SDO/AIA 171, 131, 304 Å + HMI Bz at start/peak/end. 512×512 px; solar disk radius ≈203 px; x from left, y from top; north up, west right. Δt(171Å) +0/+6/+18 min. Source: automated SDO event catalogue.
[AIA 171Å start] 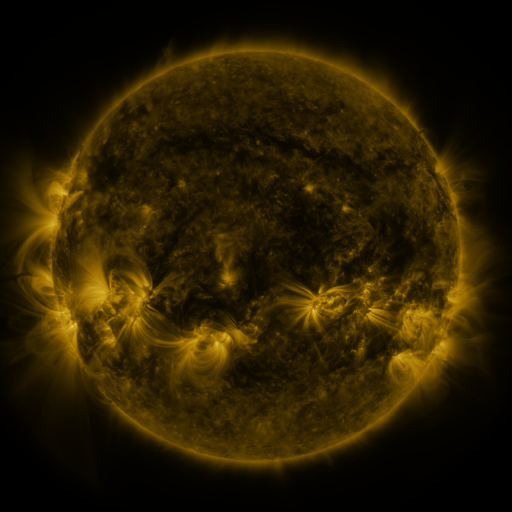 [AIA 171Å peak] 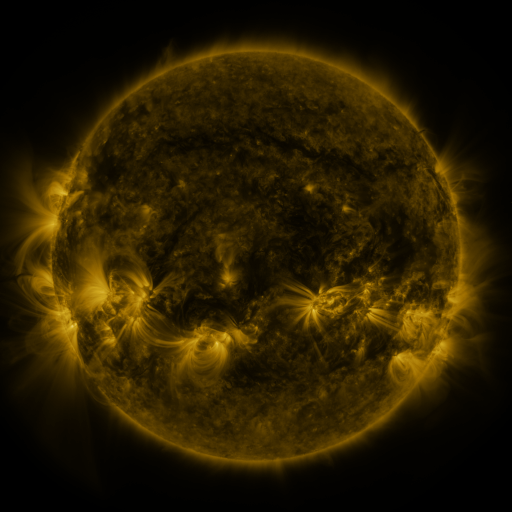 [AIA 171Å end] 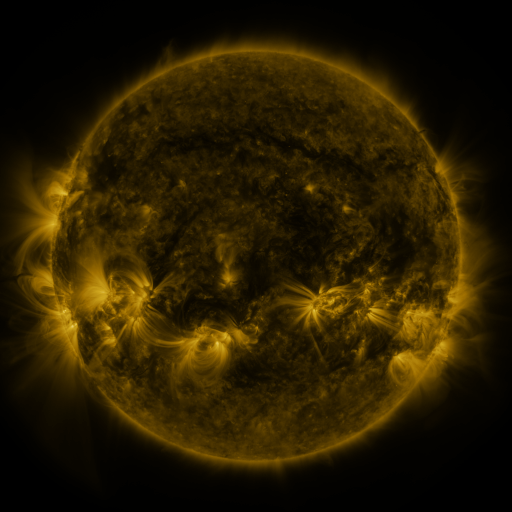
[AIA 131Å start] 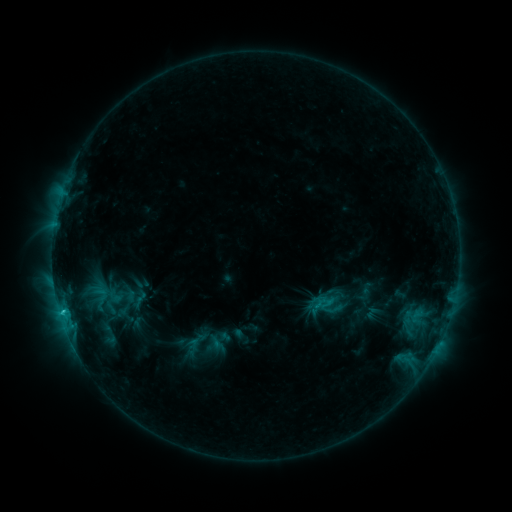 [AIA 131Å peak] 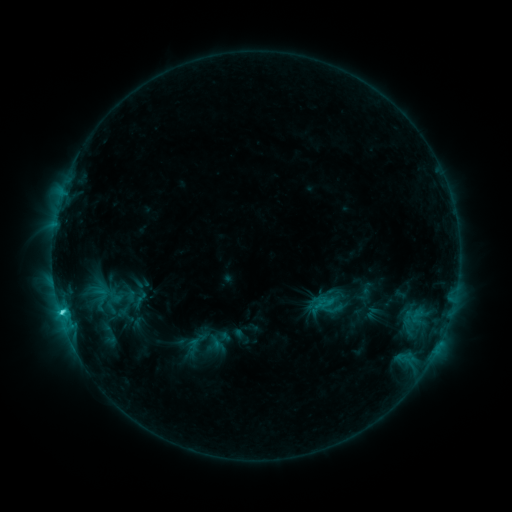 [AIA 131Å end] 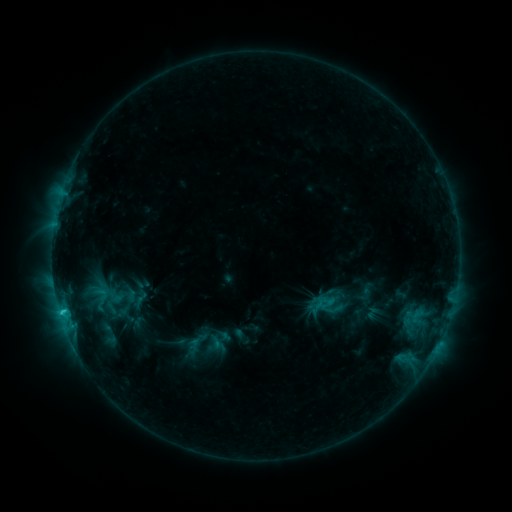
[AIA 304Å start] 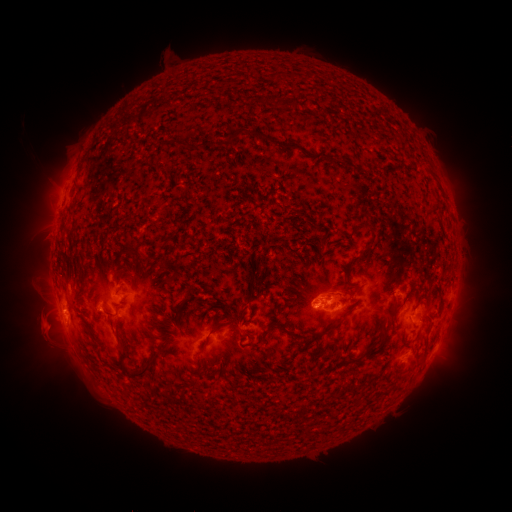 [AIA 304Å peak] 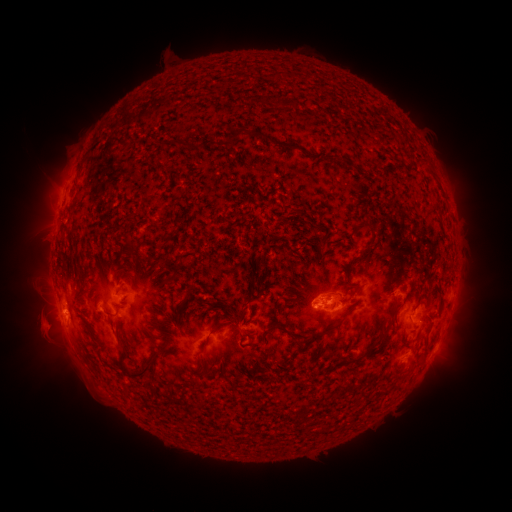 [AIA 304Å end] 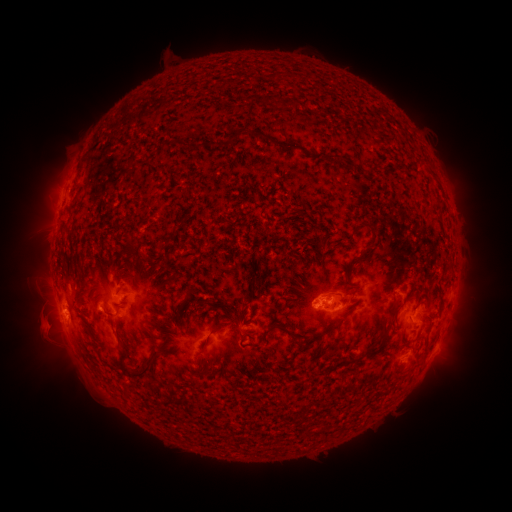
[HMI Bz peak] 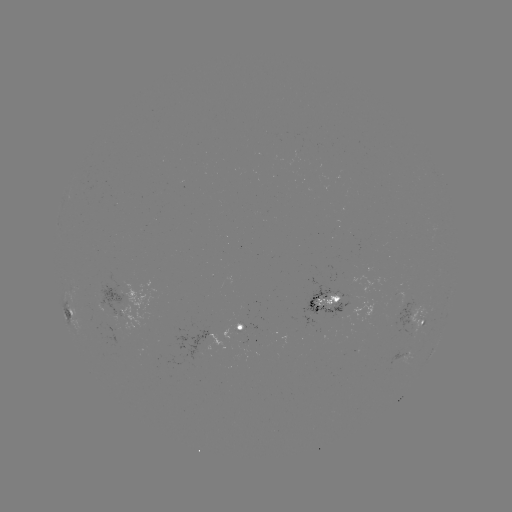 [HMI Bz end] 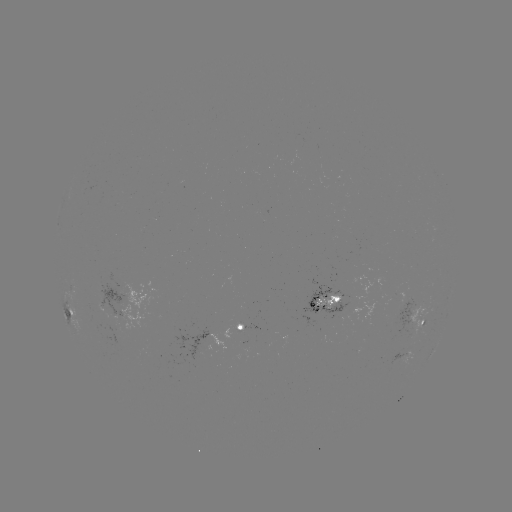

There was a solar flare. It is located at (62, 312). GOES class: C2.1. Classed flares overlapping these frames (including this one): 1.